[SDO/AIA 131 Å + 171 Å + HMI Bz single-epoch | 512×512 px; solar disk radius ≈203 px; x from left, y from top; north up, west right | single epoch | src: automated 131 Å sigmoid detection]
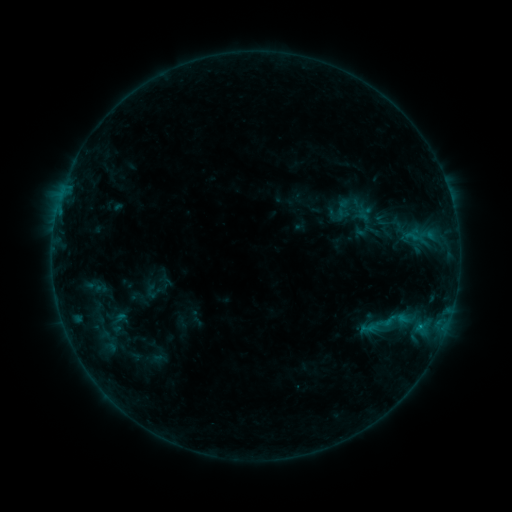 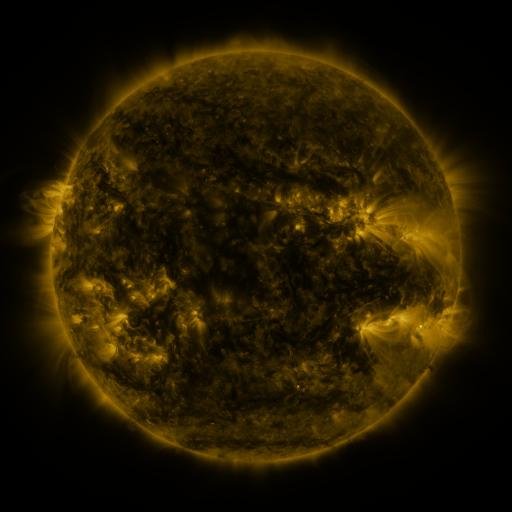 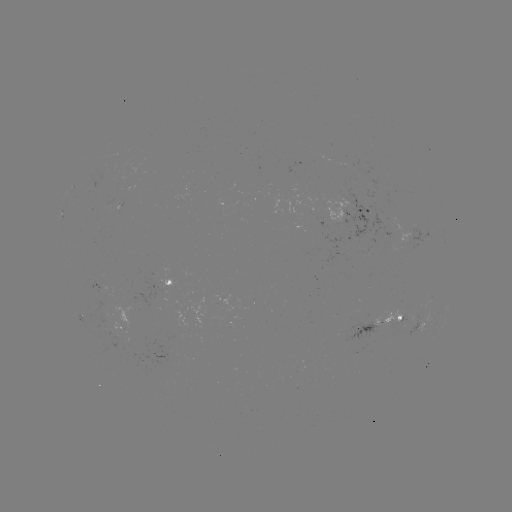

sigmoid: [322, 195, 358, 226]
